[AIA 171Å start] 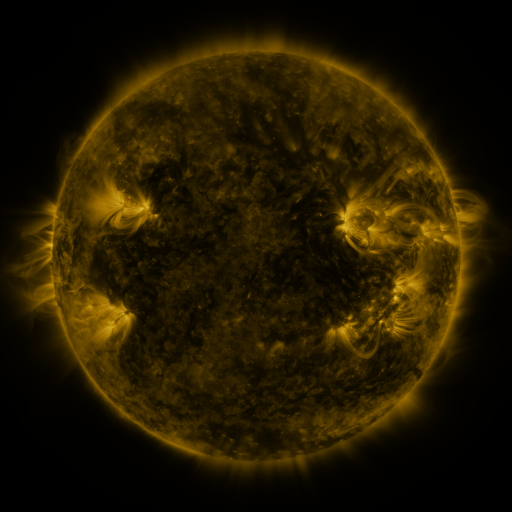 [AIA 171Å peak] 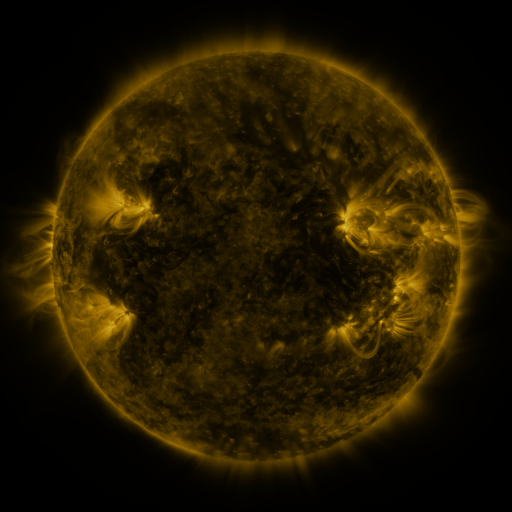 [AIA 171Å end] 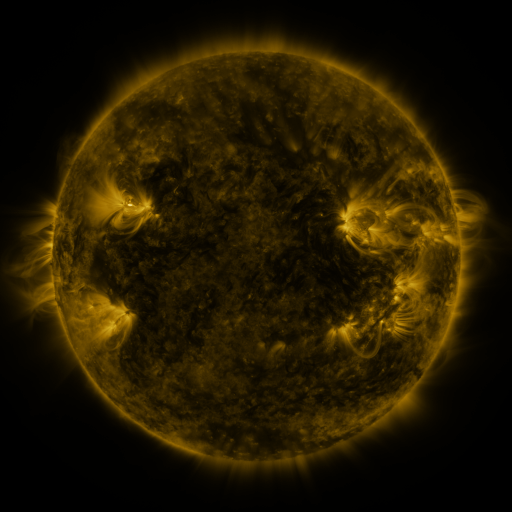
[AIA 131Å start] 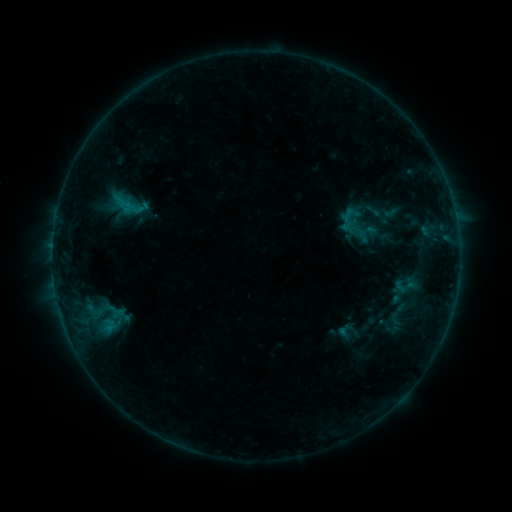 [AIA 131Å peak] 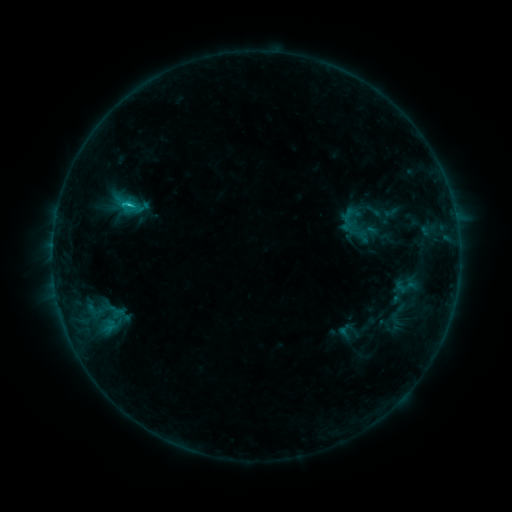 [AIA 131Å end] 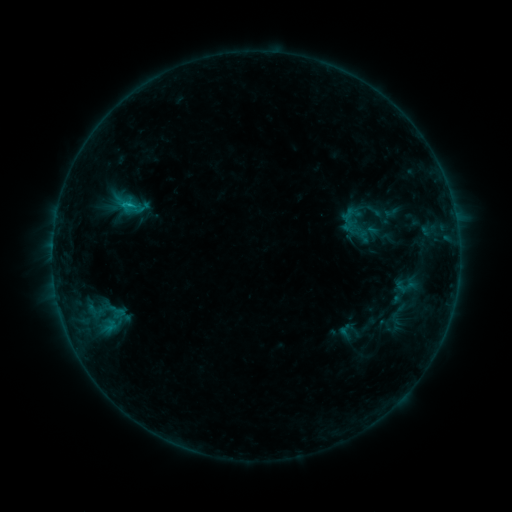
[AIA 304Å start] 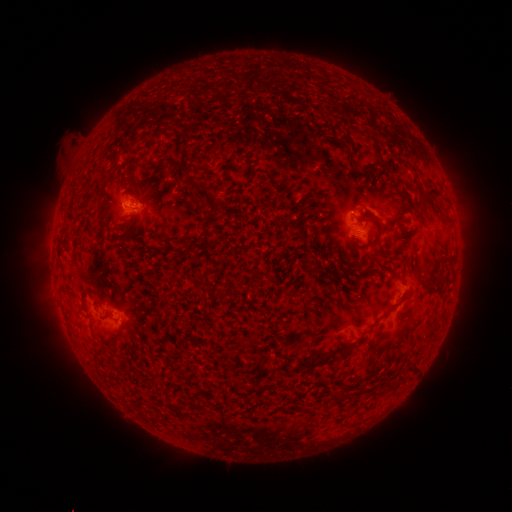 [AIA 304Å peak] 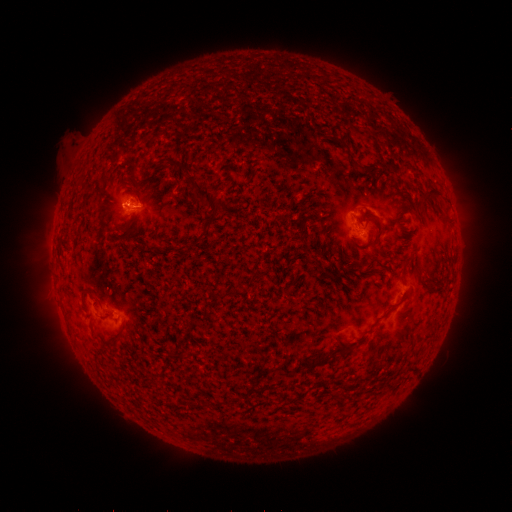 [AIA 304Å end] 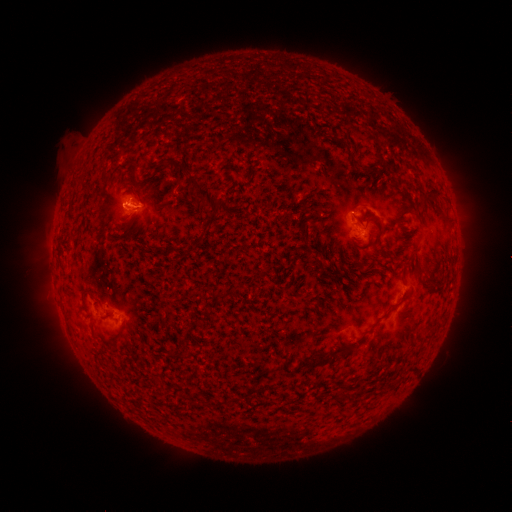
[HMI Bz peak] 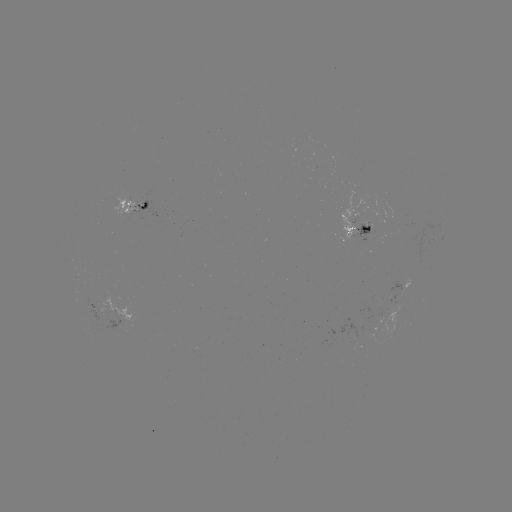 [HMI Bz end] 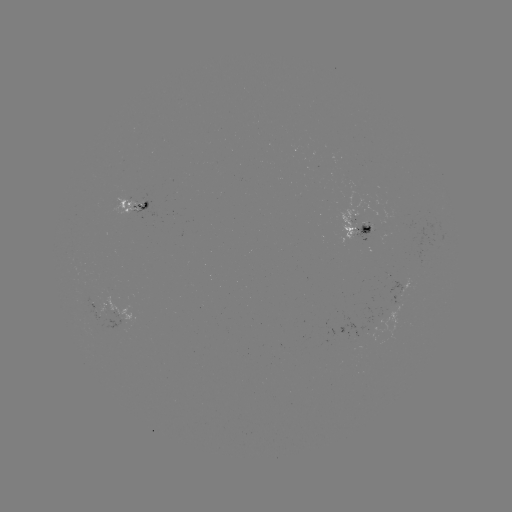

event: flare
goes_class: B9.4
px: (132, 205)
